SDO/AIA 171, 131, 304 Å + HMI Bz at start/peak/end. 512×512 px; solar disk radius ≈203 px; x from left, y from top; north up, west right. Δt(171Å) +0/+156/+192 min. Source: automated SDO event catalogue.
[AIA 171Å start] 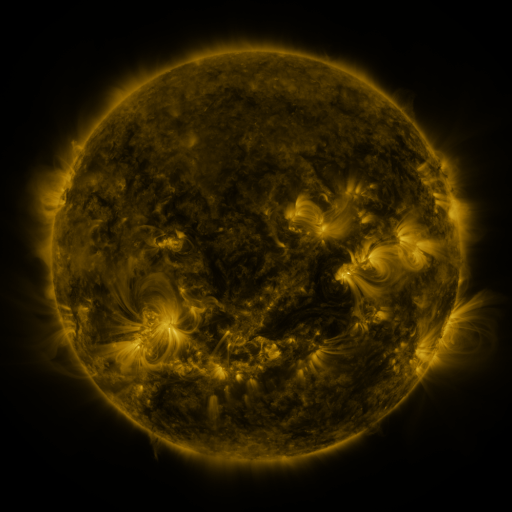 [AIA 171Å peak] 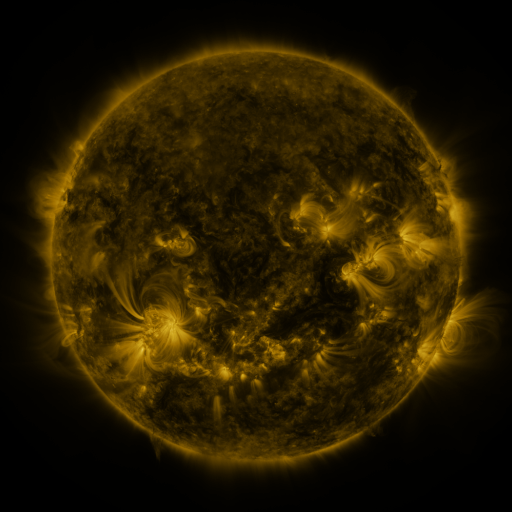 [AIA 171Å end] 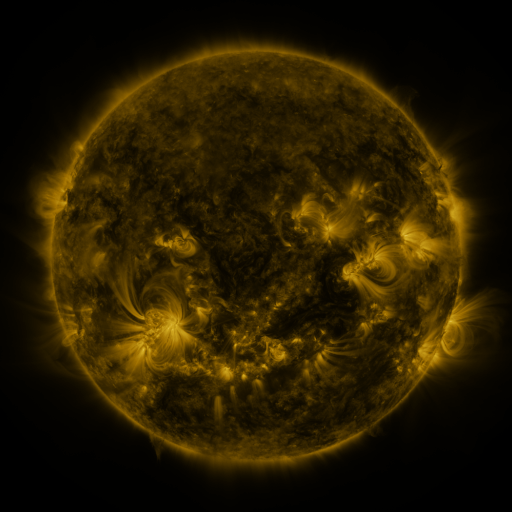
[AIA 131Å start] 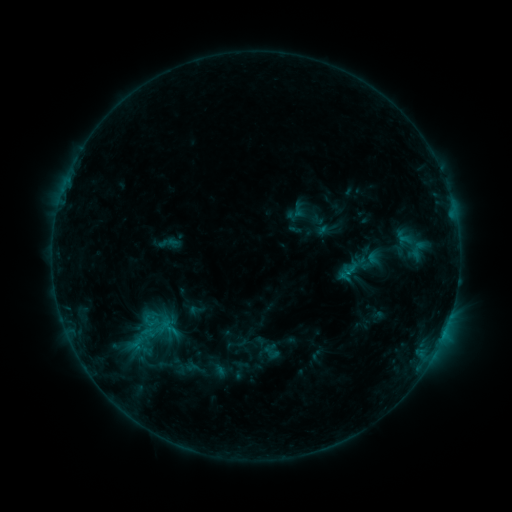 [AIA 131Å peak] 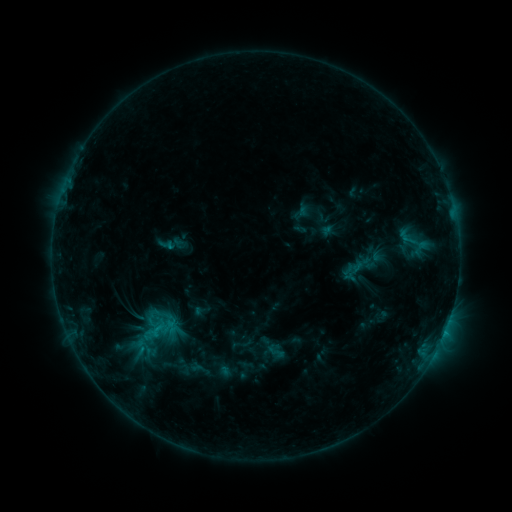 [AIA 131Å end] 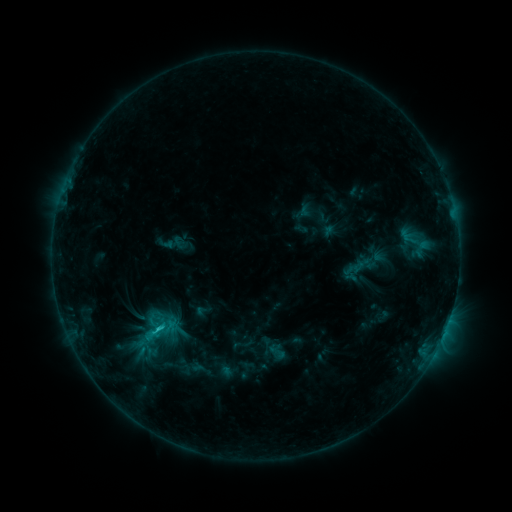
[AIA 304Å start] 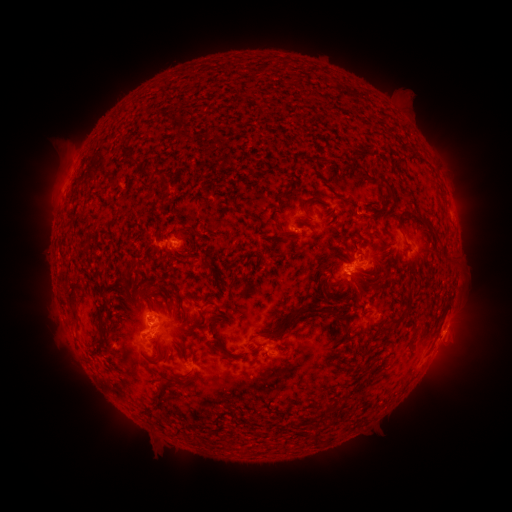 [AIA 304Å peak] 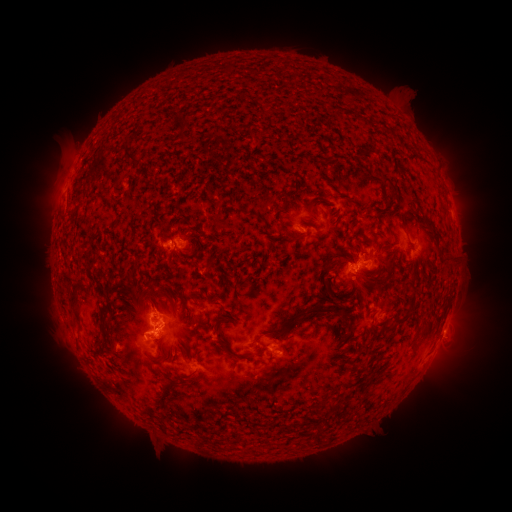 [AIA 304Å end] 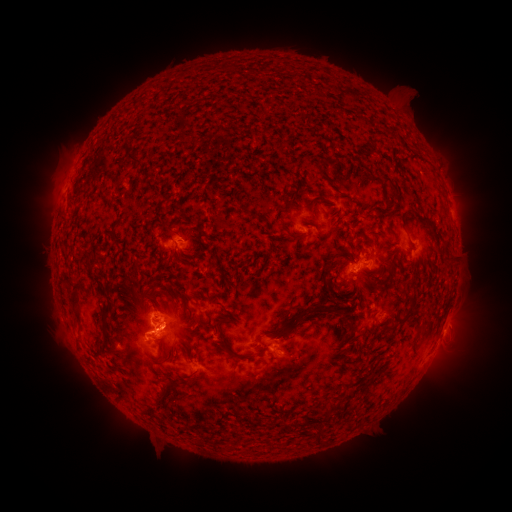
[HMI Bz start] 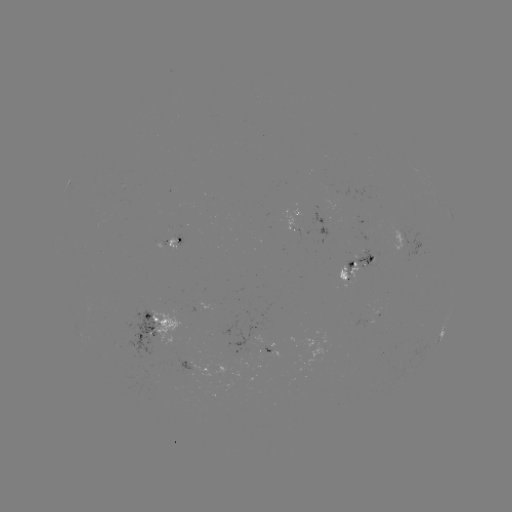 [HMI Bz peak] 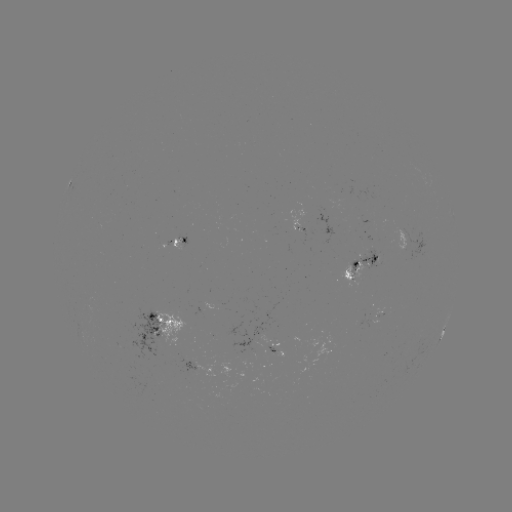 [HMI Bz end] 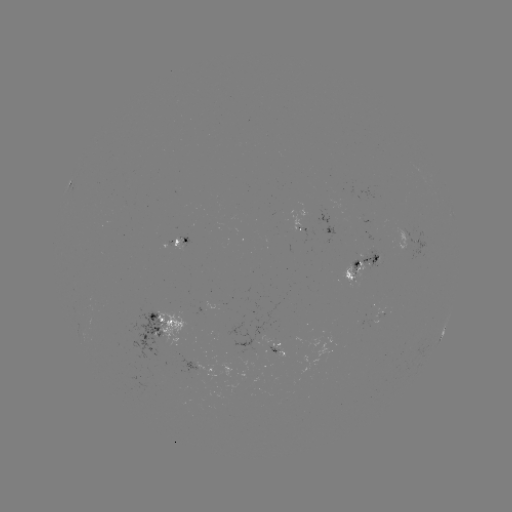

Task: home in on emerging-flux region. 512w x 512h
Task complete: (270, 355).